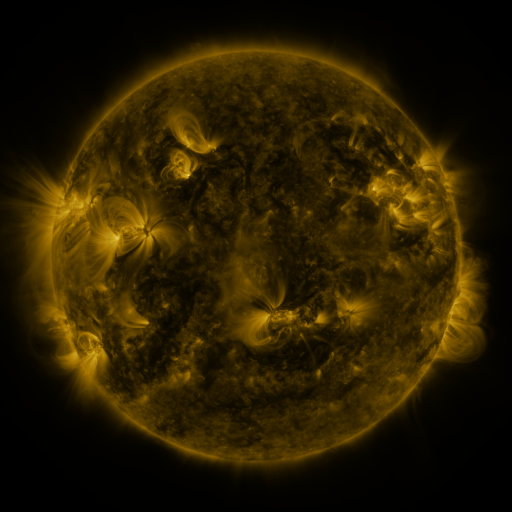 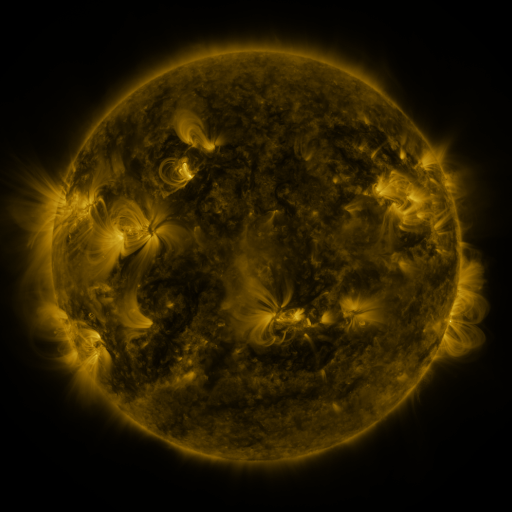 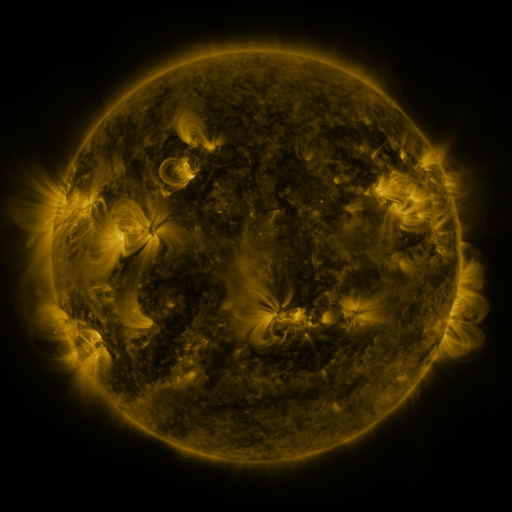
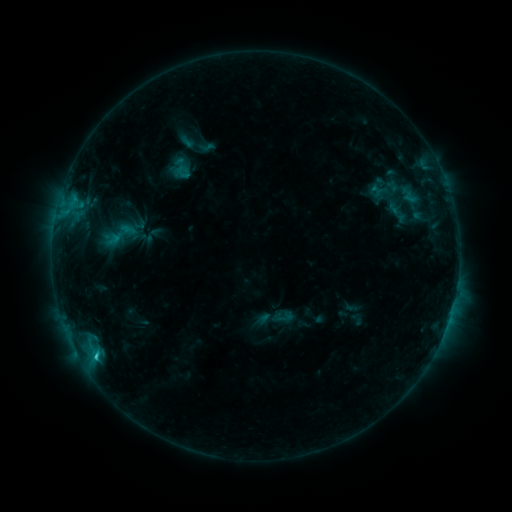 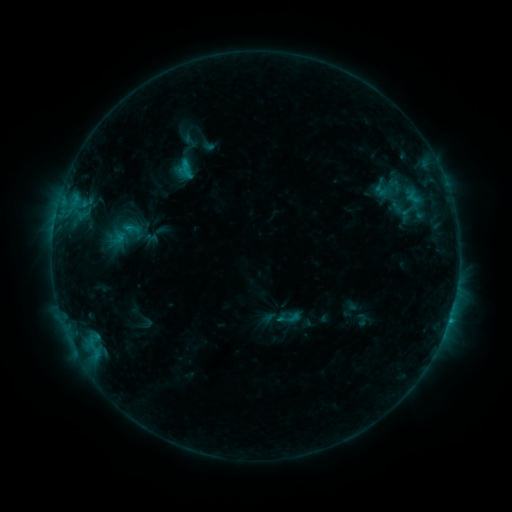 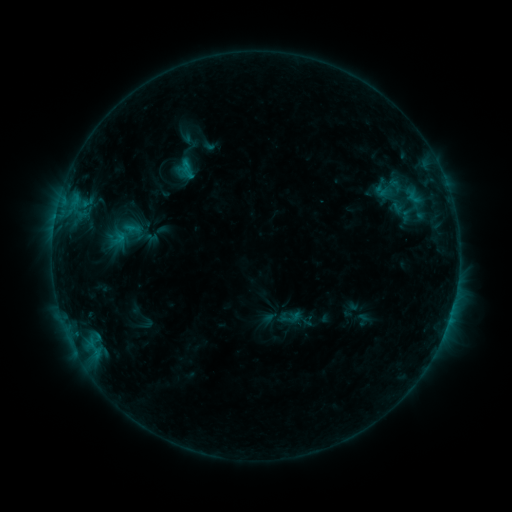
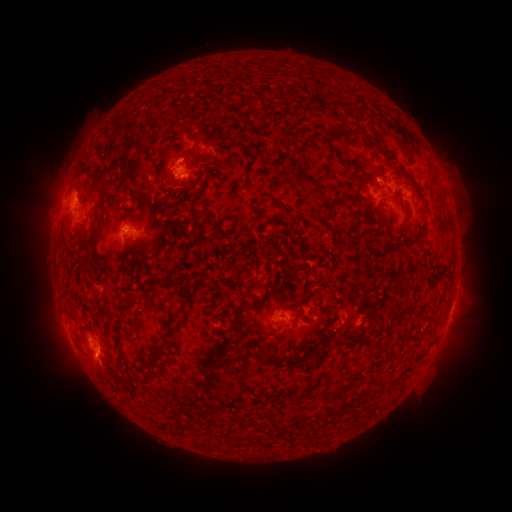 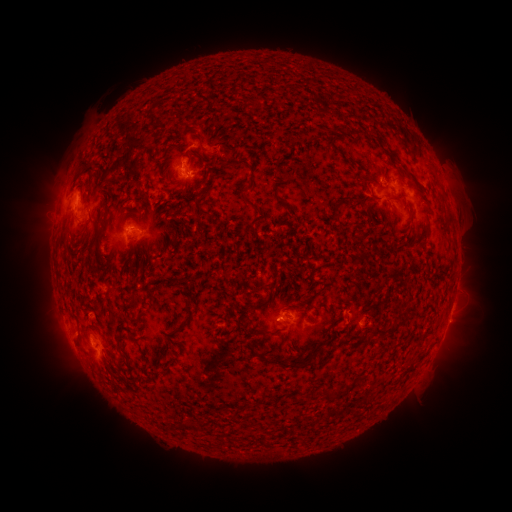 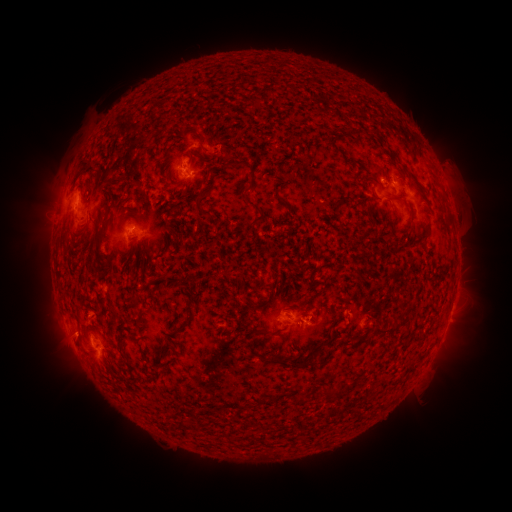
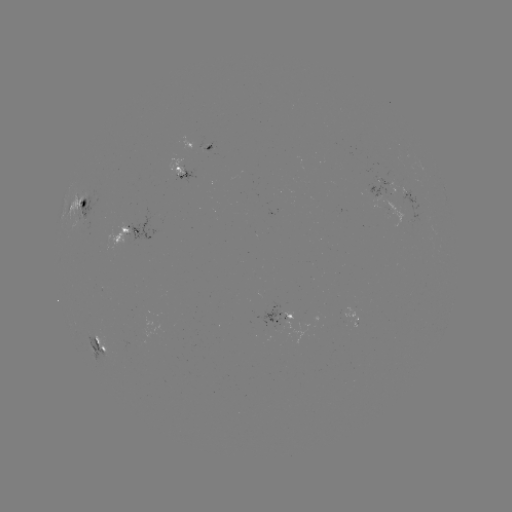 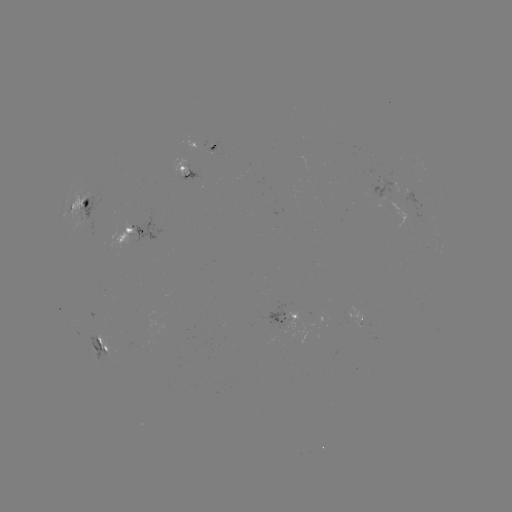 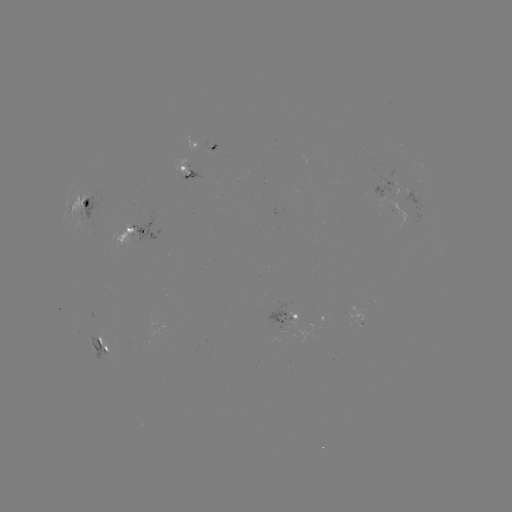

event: emerging-flux region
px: (184, 167)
